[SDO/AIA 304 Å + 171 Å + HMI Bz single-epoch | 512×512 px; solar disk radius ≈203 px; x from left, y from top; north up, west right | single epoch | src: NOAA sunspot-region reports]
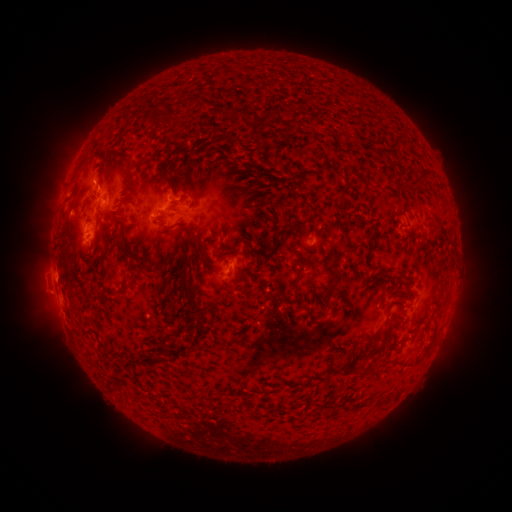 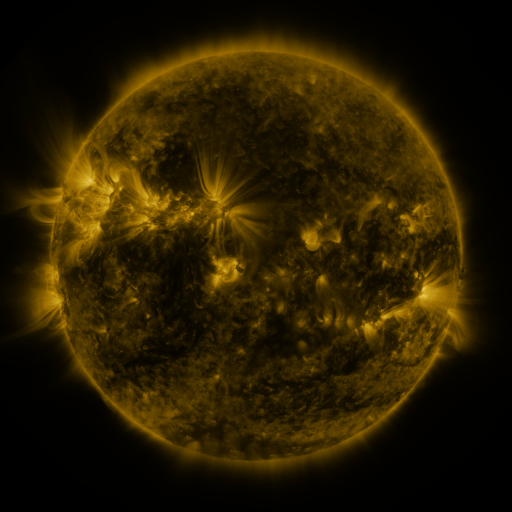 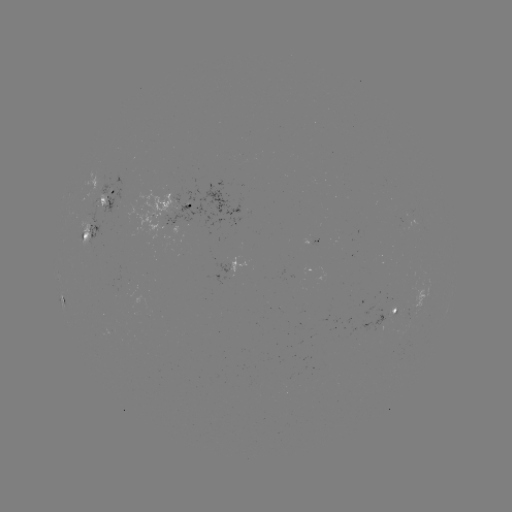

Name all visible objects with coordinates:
spotted active region: (103, 199)
spotted active region: (178, 206)
spotted active region: (90, 230)
spotted active region: (312, 241)
spotted active region: (224, 269)
spotted active region: (418, 301)
spotted active region: (396, 311)
